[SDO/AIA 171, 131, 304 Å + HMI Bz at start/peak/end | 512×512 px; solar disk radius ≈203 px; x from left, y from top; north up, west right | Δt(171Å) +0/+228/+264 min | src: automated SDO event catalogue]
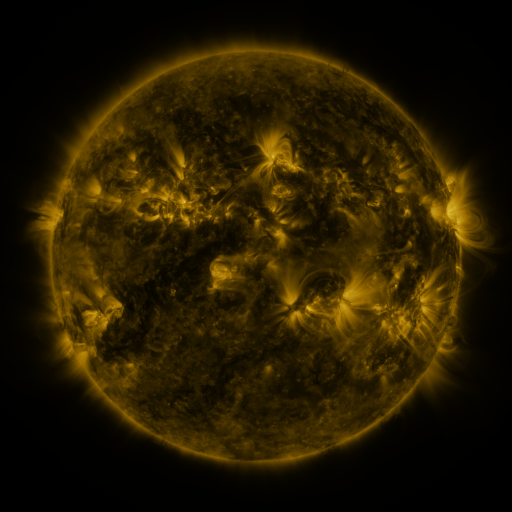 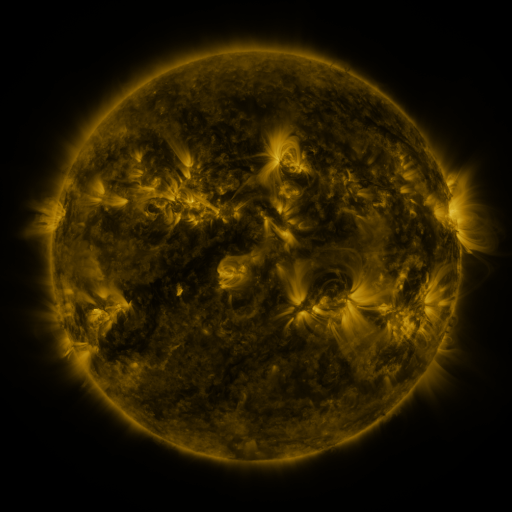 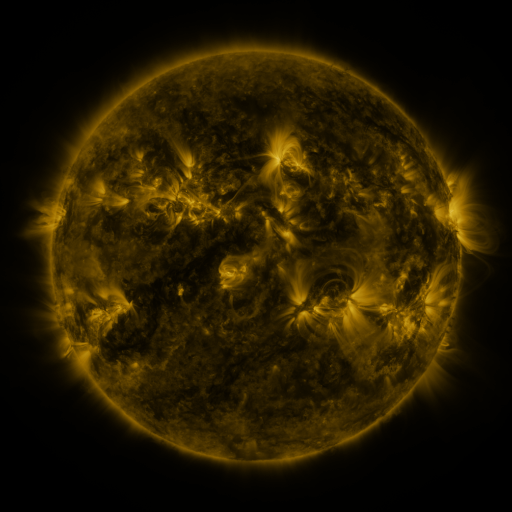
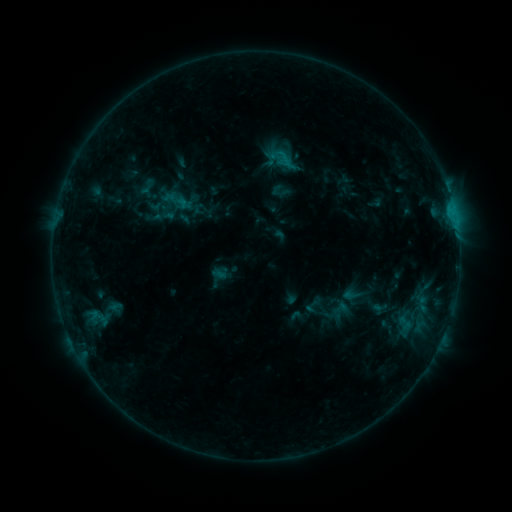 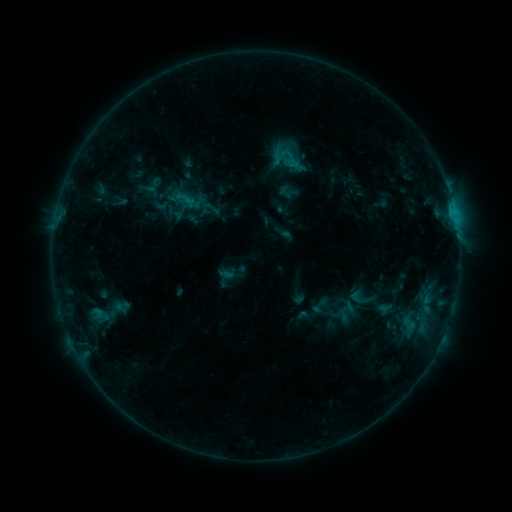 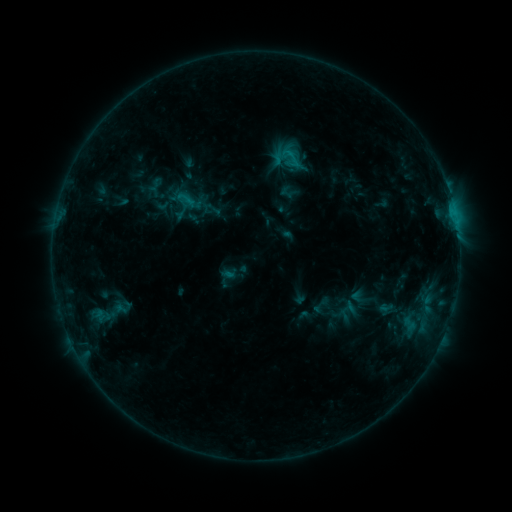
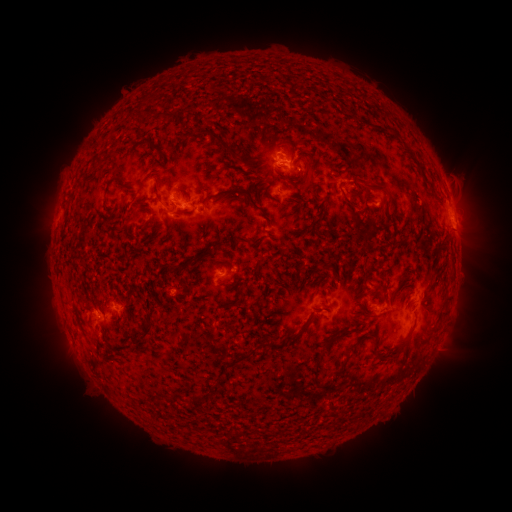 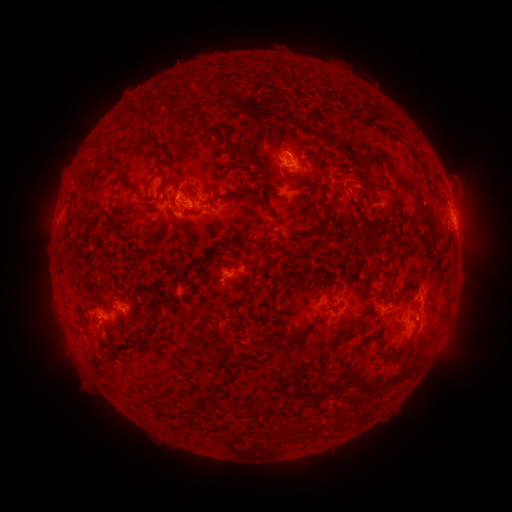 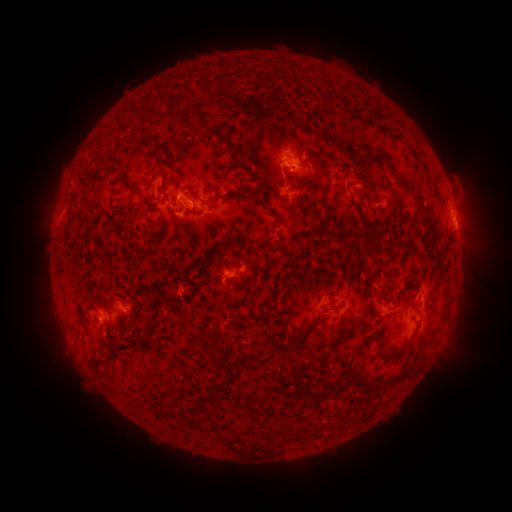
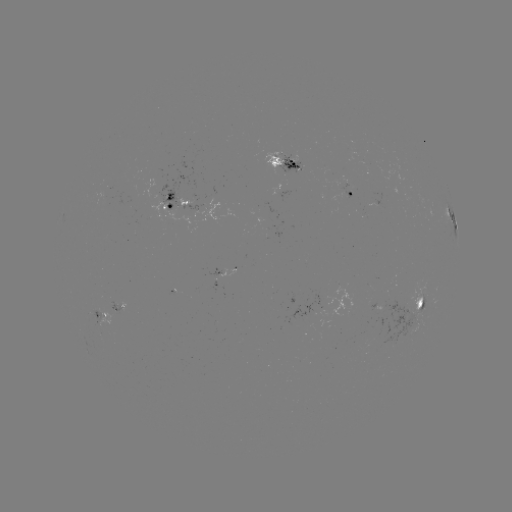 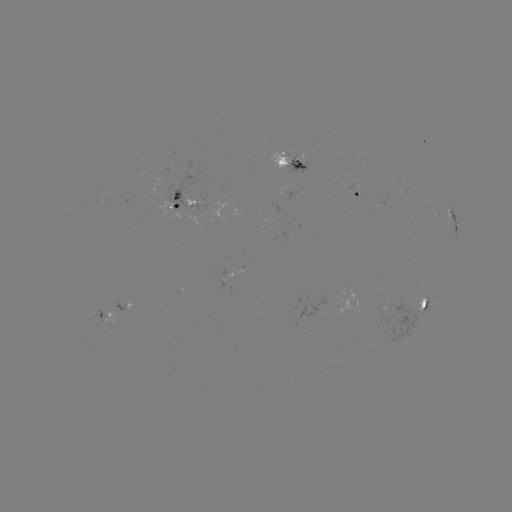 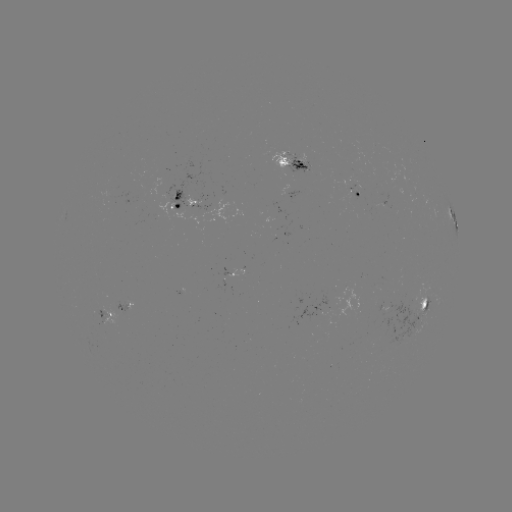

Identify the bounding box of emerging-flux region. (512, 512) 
[343, 184, 359, 202].